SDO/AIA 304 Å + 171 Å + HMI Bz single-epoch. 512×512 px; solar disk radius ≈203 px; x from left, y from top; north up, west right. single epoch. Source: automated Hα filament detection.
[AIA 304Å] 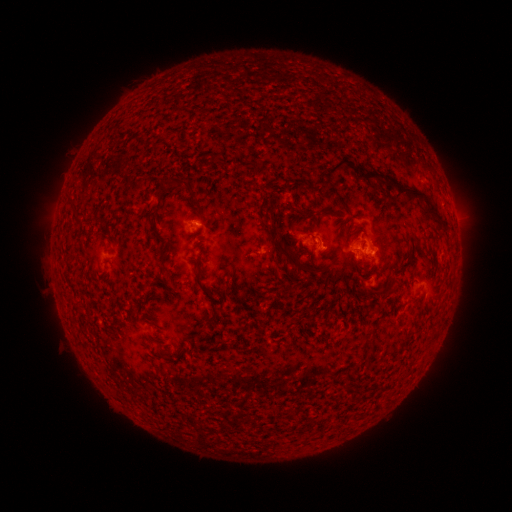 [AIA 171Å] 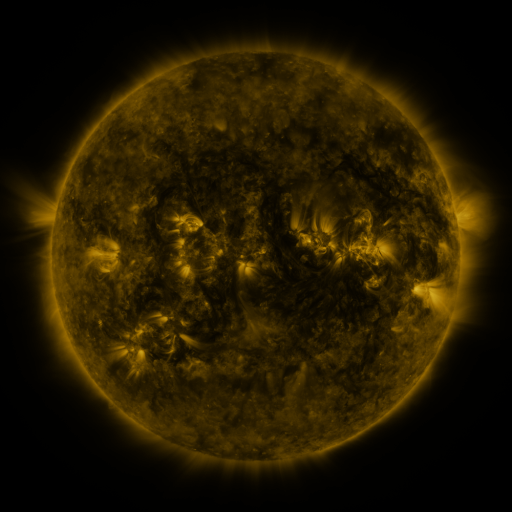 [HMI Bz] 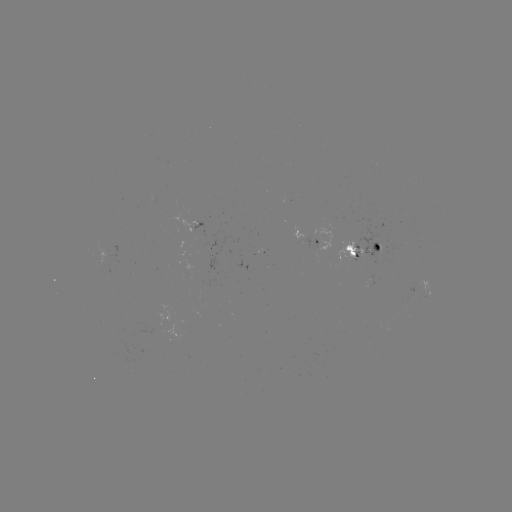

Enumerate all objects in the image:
filament: (340, 162)
filament: (182, 182)
filament: (396, 183)
filament: (430, 209)
filament: (360, 257)
filament: (293, 258)
filament: (202, 287)
